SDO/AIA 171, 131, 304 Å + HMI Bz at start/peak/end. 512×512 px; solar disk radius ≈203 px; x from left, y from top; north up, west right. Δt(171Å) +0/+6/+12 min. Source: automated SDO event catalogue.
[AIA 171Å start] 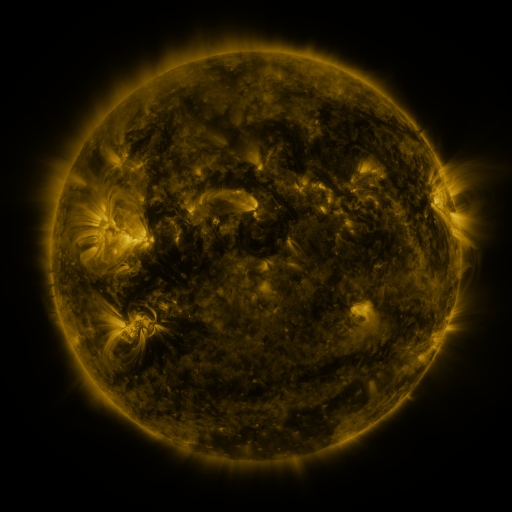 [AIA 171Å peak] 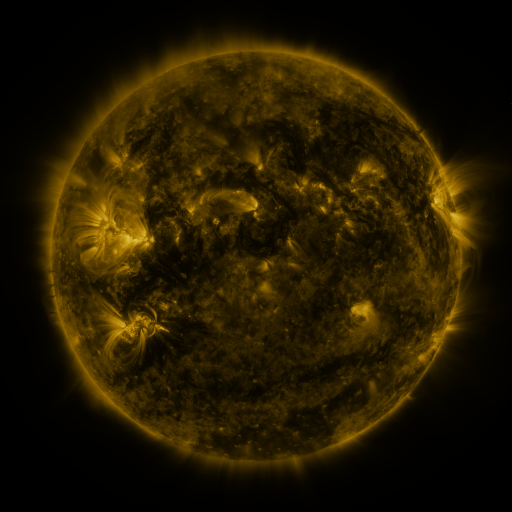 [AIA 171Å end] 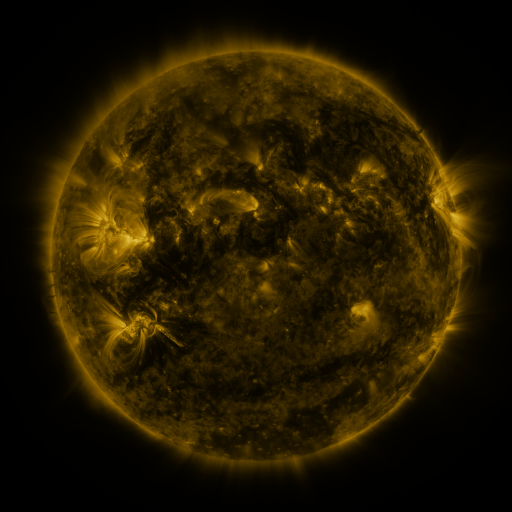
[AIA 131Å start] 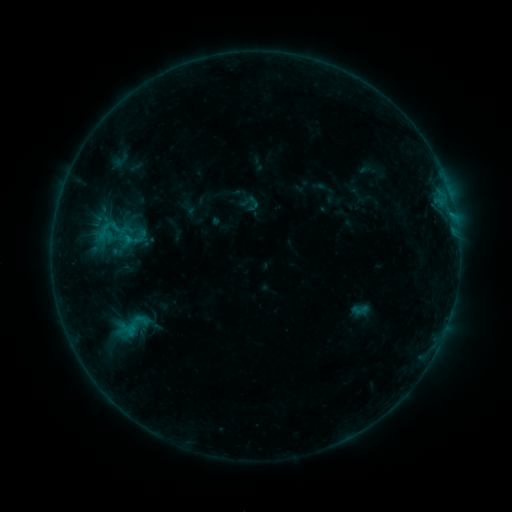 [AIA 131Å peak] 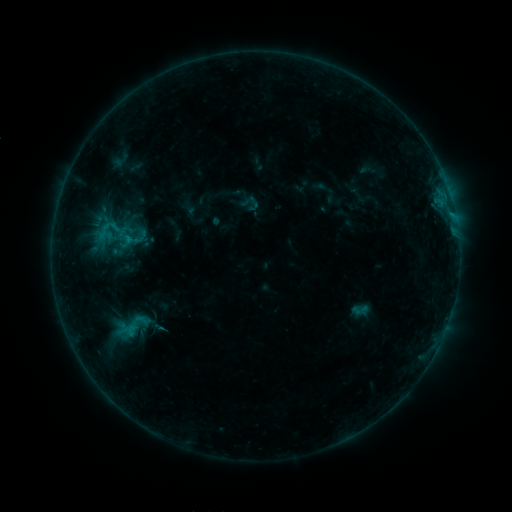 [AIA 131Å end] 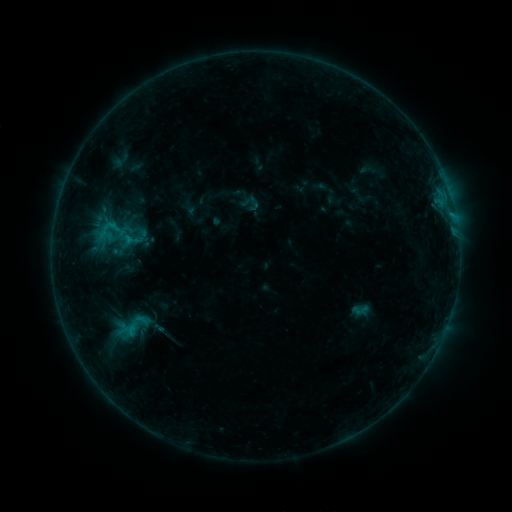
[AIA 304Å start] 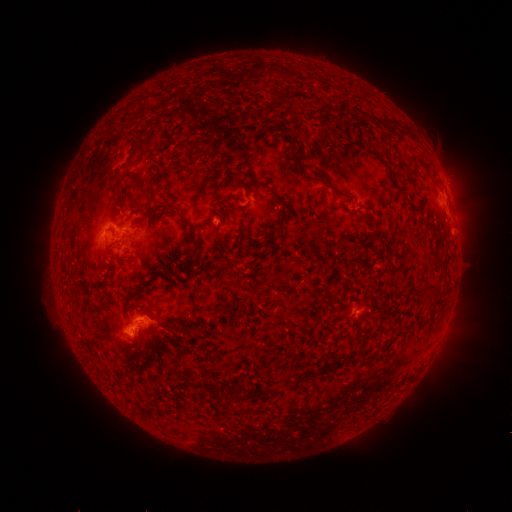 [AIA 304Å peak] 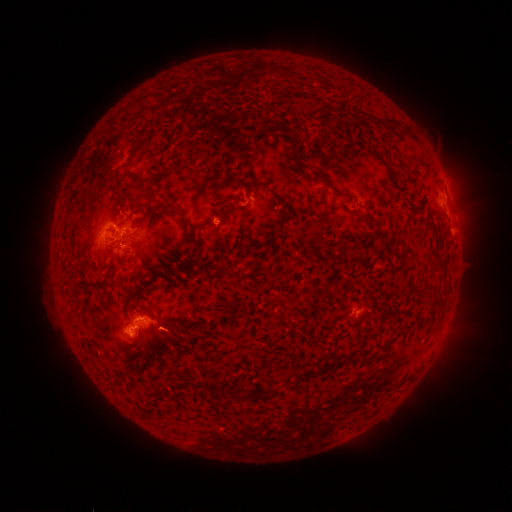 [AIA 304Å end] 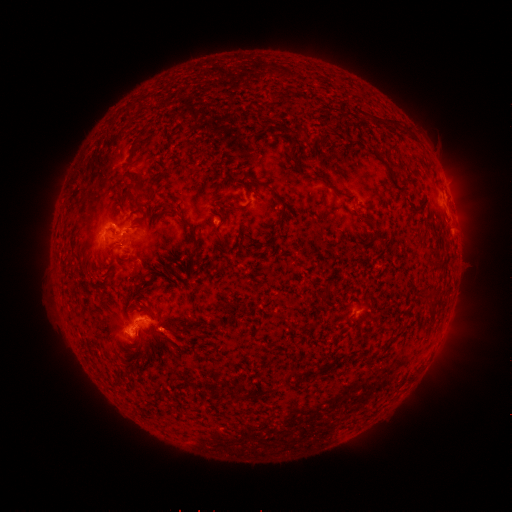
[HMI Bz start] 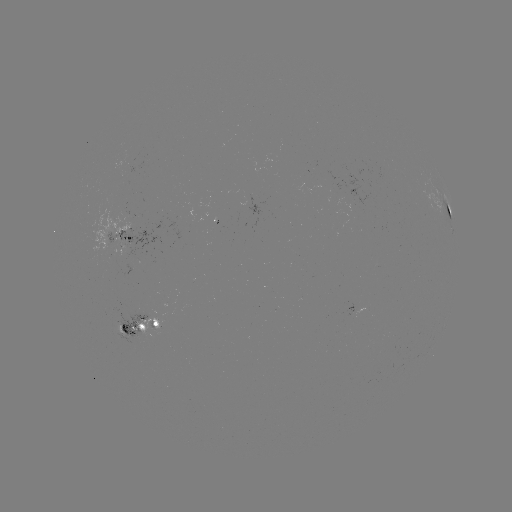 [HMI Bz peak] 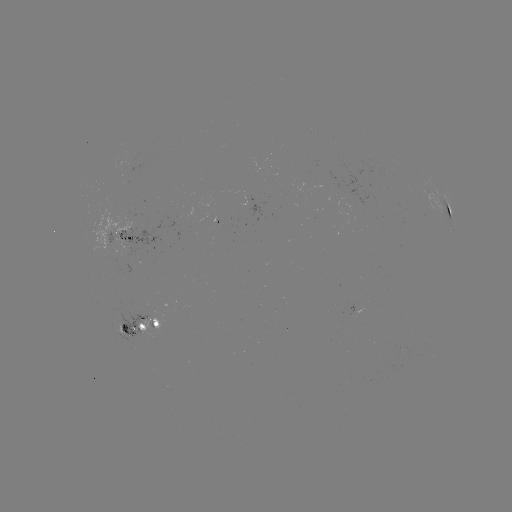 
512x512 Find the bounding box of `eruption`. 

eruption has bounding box [143, 313, 197, 366].